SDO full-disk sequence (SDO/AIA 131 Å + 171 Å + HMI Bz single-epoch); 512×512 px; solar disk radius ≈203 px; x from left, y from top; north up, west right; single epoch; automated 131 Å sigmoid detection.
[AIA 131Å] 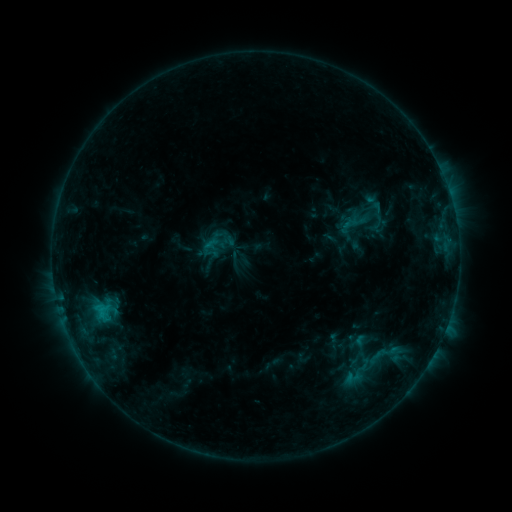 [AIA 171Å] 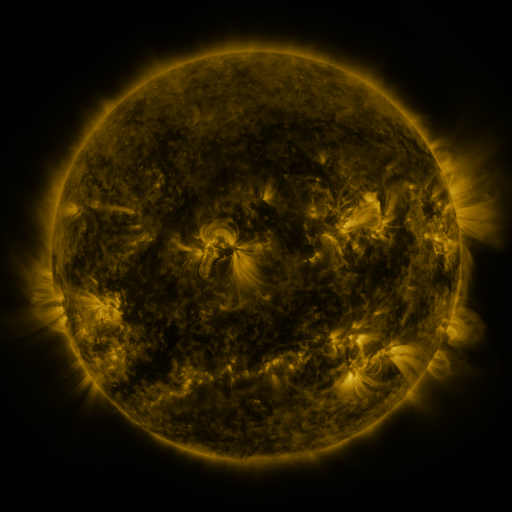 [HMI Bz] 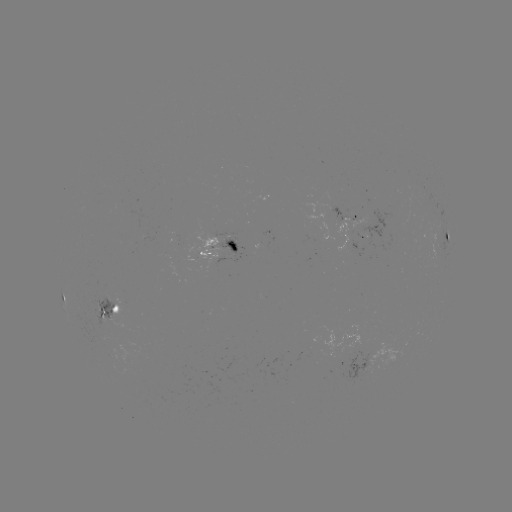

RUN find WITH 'sigmoid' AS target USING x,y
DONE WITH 385,355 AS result